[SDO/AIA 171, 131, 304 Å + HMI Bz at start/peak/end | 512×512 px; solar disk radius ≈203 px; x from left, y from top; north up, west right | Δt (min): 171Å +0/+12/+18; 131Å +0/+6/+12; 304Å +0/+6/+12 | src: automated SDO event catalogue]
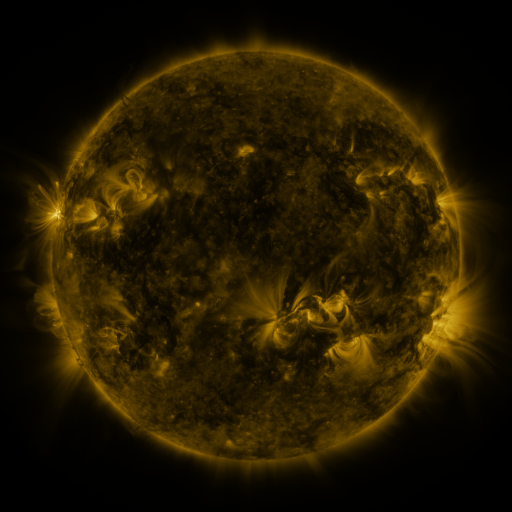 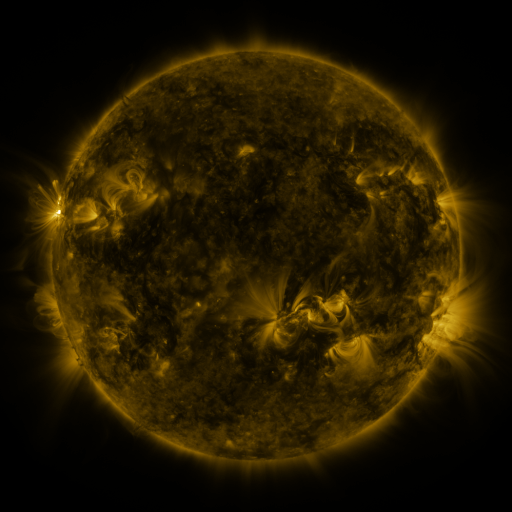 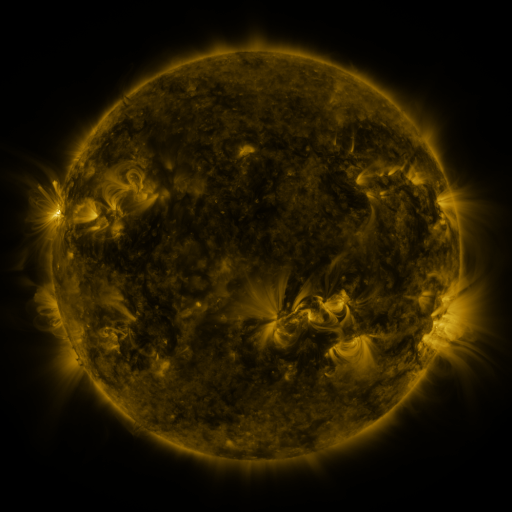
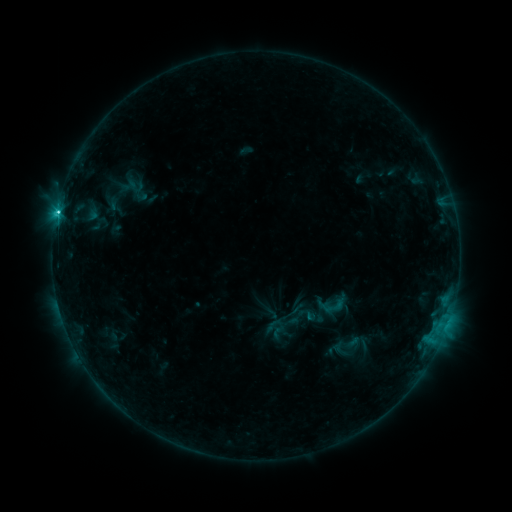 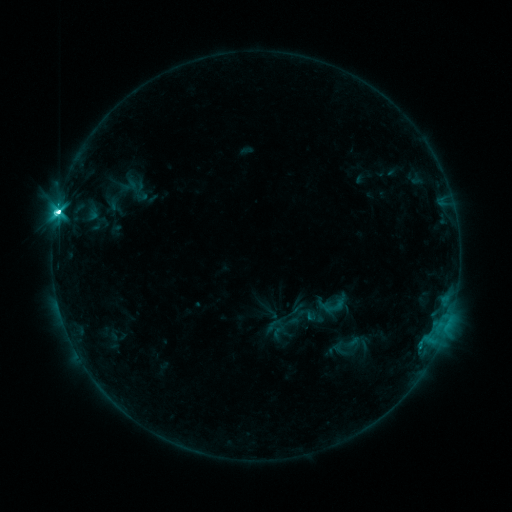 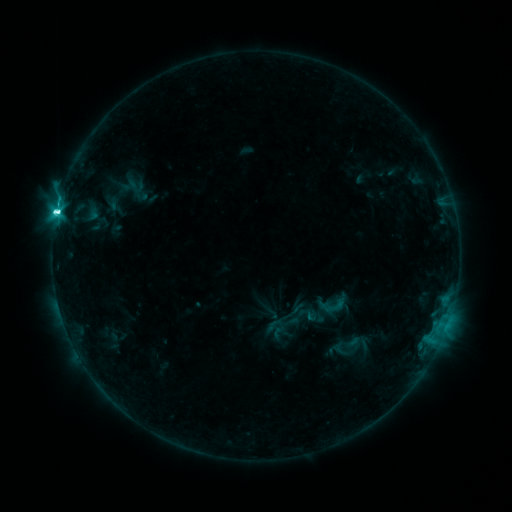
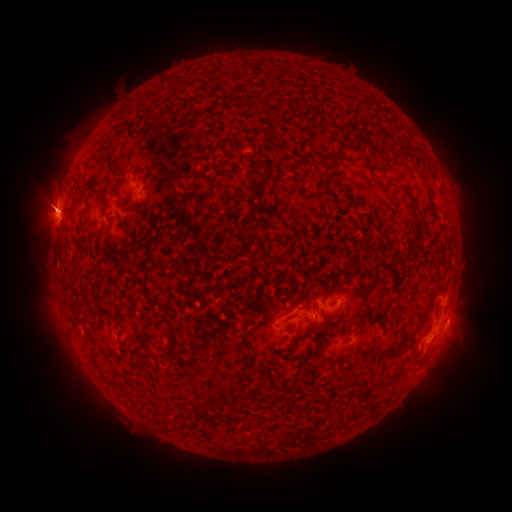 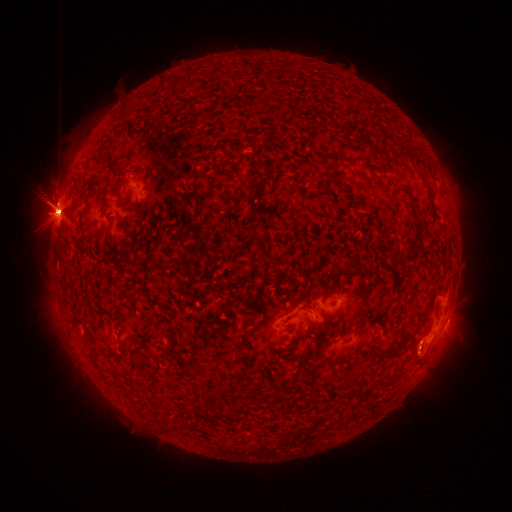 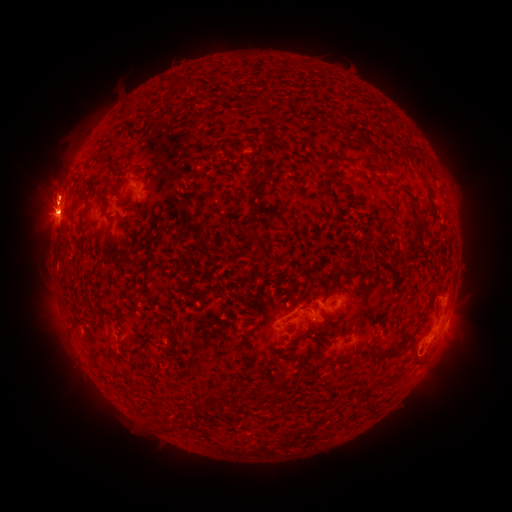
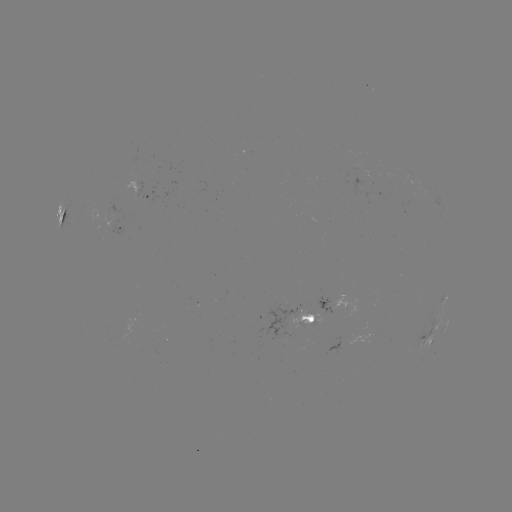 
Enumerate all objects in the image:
eruption: (313, 290)
